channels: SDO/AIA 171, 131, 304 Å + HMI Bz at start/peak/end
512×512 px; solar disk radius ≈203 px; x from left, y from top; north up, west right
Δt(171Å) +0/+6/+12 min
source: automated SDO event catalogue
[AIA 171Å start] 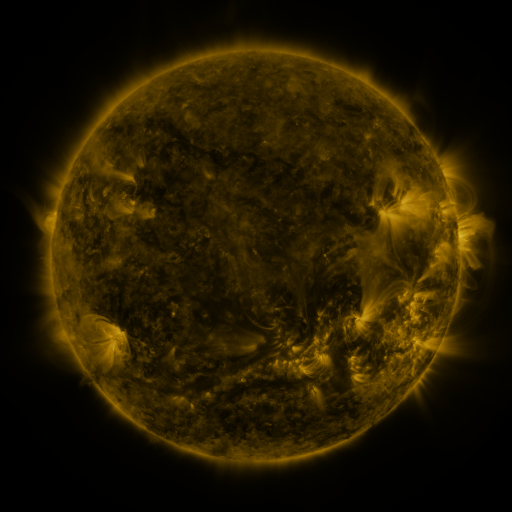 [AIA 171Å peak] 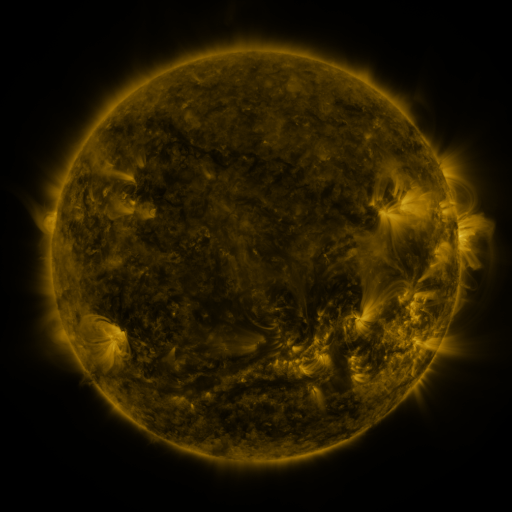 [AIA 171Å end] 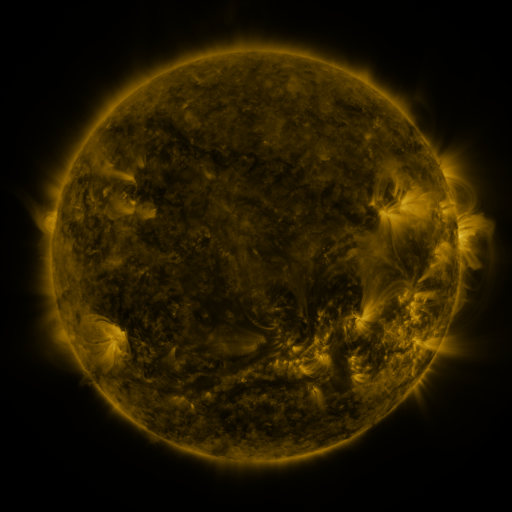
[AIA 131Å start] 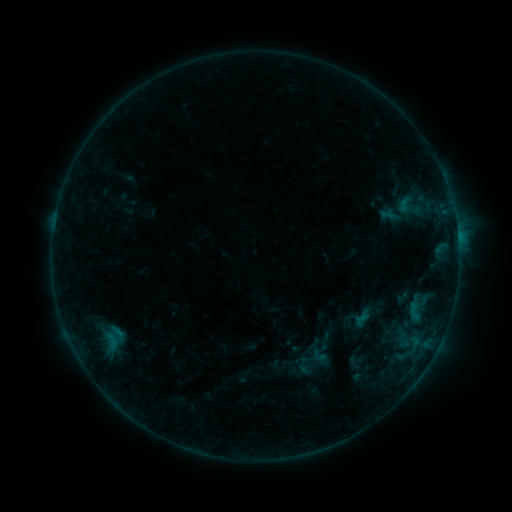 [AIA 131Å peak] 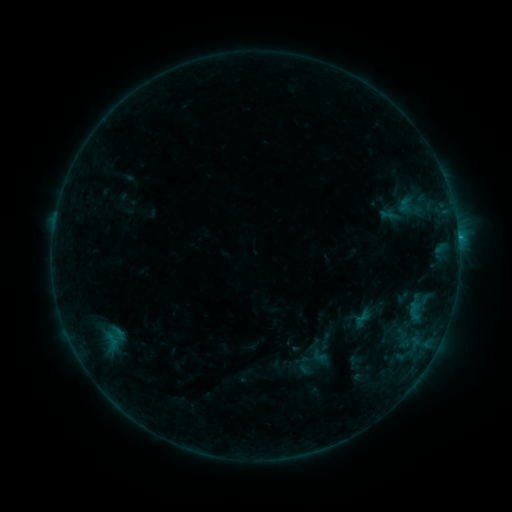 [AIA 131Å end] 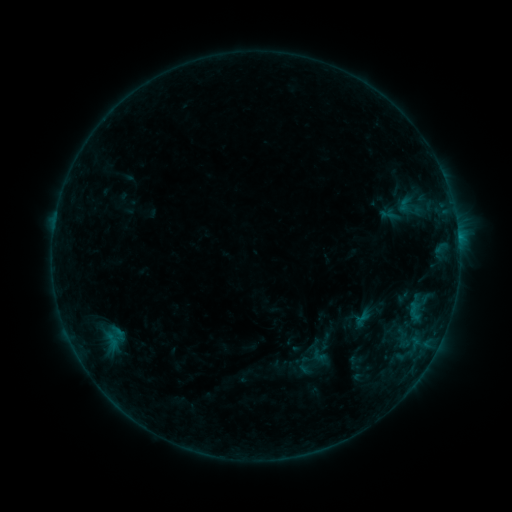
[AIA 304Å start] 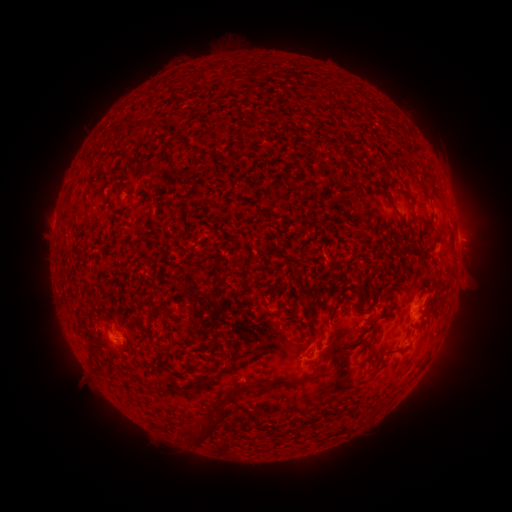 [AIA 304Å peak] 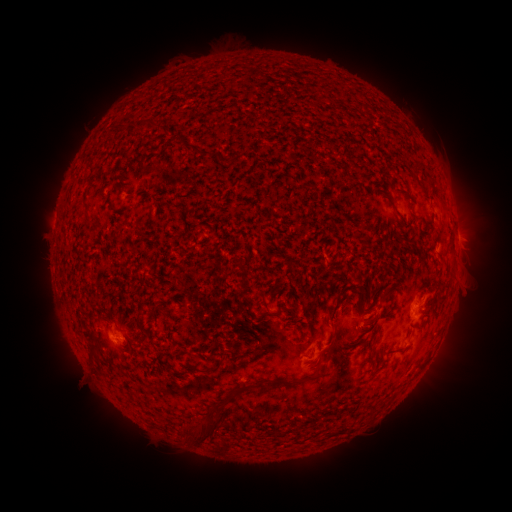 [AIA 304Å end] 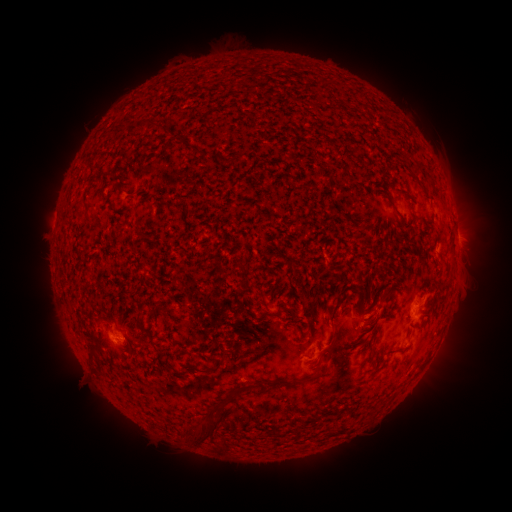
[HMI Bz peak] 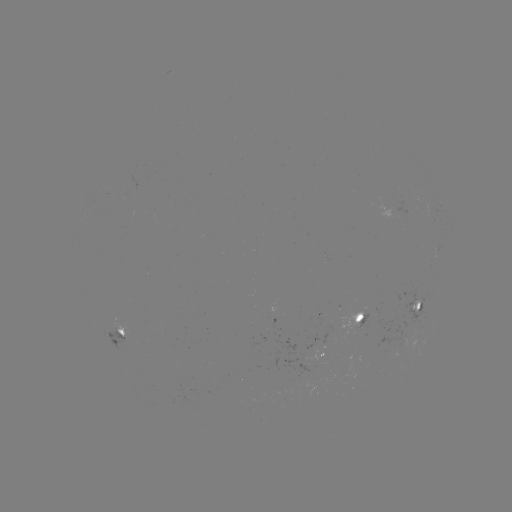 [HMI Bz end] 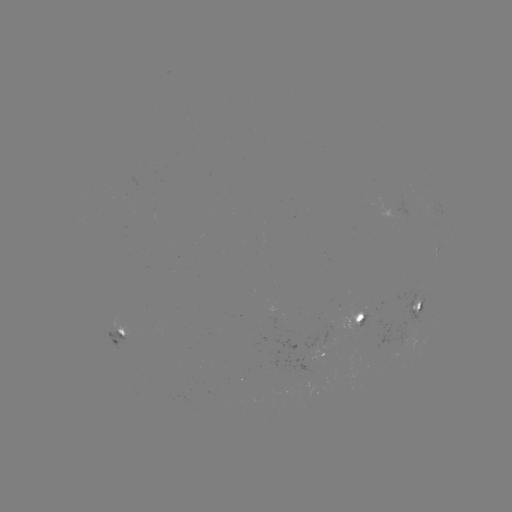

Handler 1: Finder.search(B3.0 flare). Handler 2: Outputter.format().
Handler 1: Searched B3.0 flare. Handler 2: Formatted (458, 242).